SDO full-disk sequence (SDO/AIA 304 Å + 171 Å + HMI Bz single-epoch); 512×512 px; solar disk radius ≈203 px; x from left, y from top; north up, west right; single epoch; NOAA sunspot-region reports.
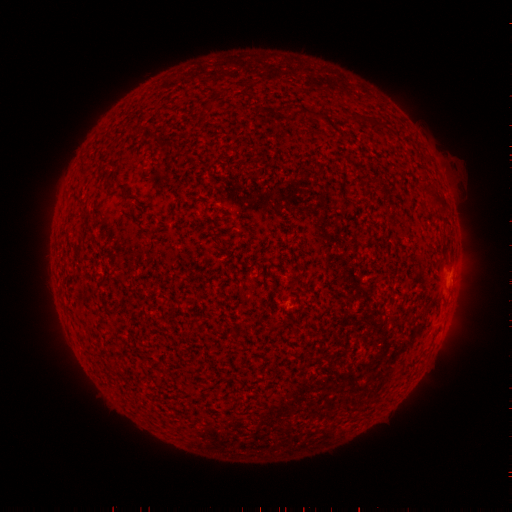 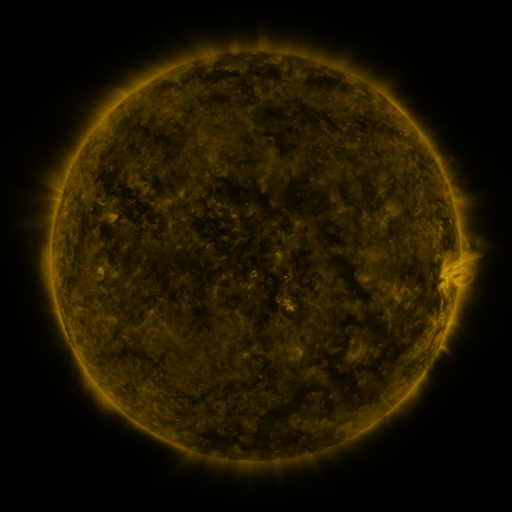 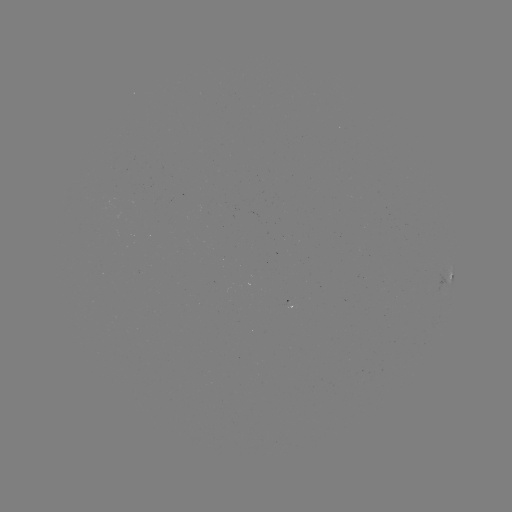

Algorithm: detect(spotted active region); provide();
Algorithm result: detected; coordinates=[447, 277]